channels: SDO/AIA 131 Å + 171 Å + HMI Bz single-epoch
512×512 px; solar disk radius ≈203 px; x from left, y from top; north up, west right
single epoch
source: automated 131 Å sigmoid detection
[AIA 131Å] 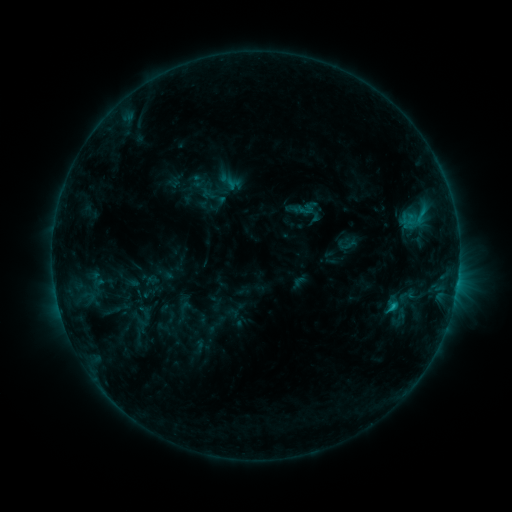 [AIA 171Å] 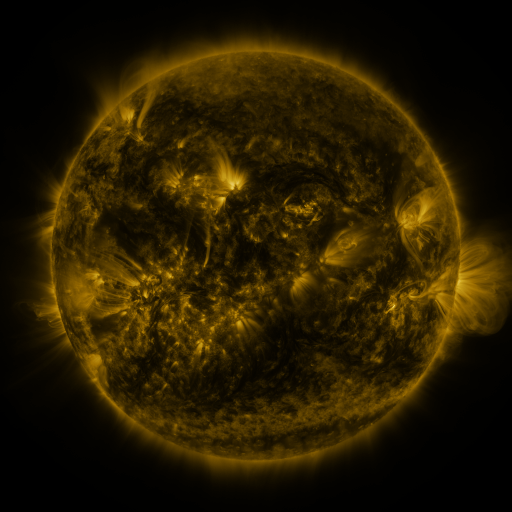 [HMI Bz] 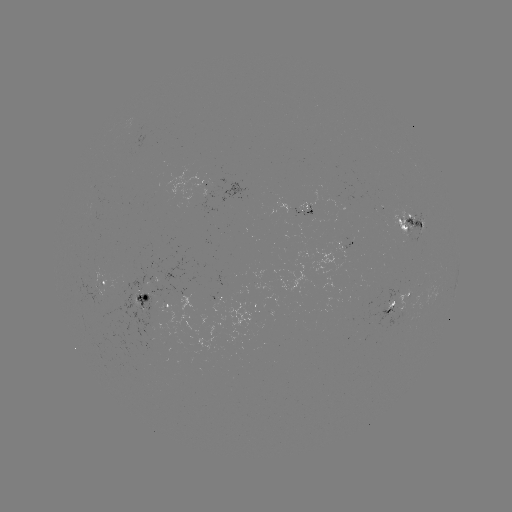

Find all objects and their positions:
sigmoid: (406, 295)
